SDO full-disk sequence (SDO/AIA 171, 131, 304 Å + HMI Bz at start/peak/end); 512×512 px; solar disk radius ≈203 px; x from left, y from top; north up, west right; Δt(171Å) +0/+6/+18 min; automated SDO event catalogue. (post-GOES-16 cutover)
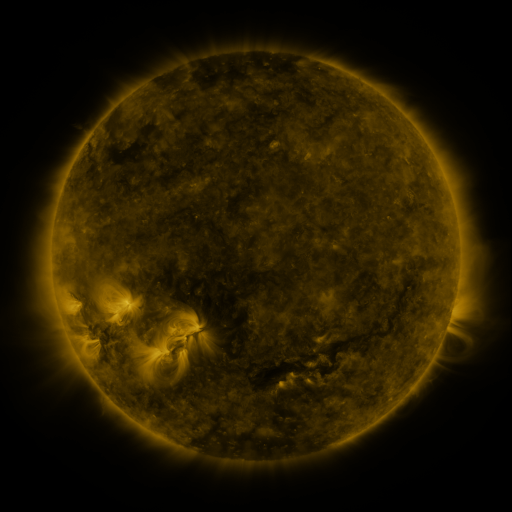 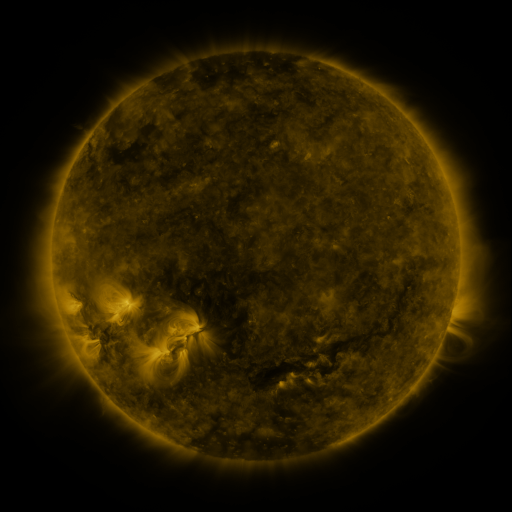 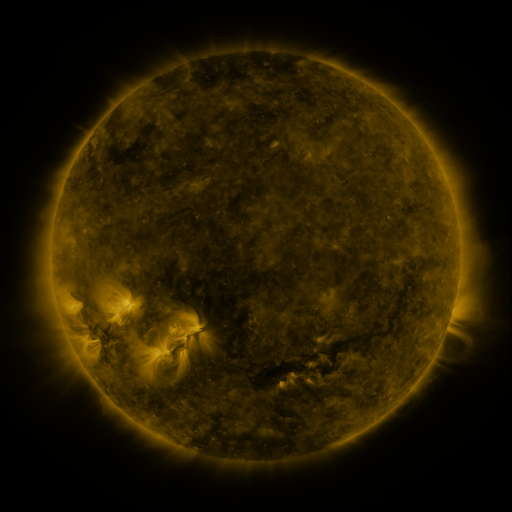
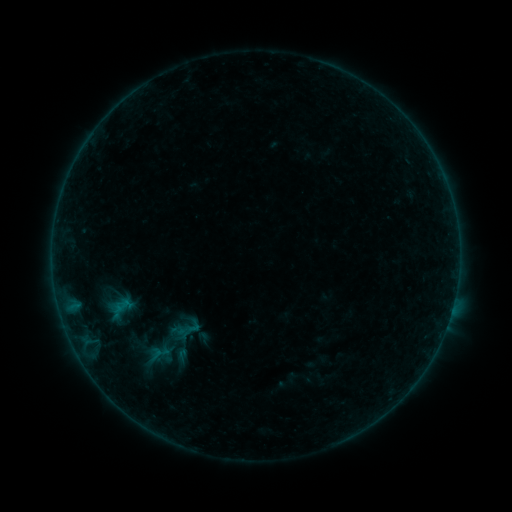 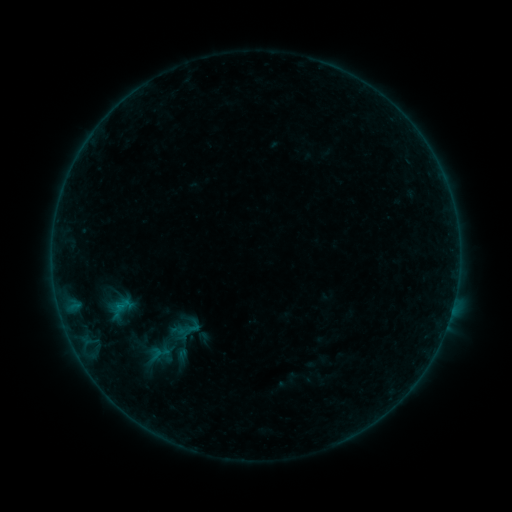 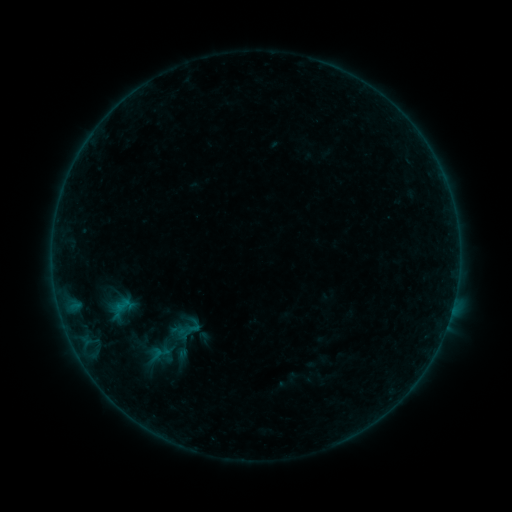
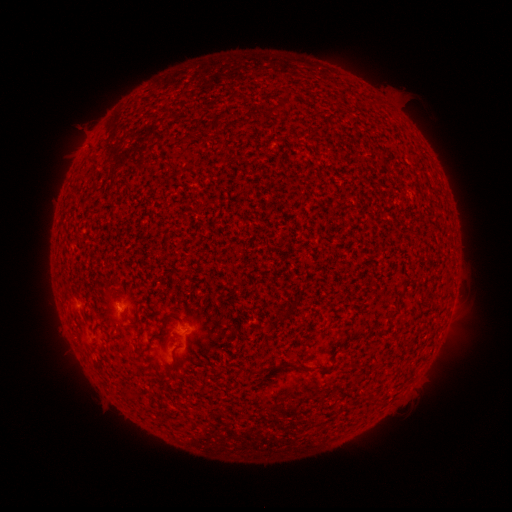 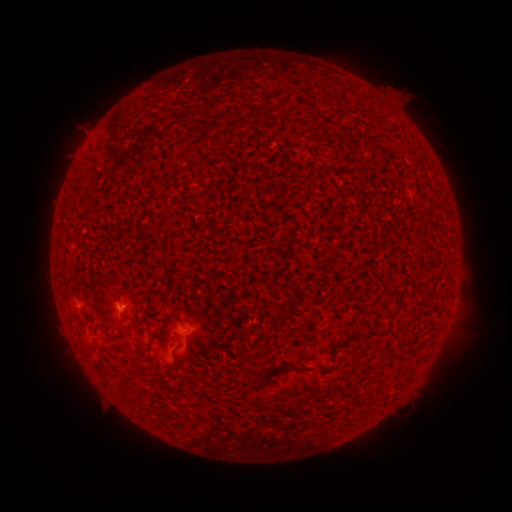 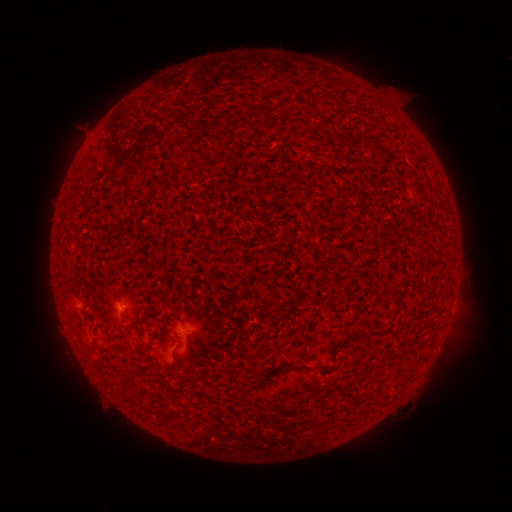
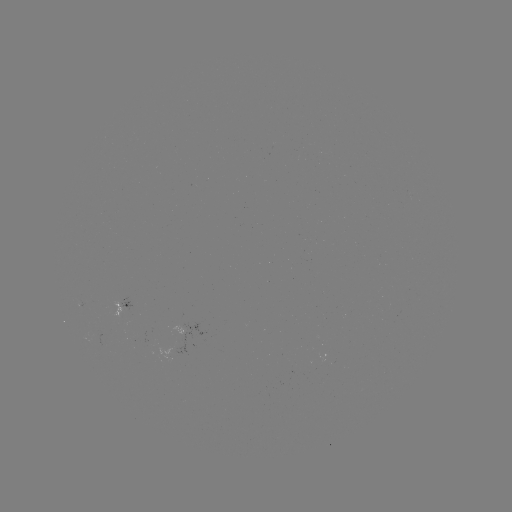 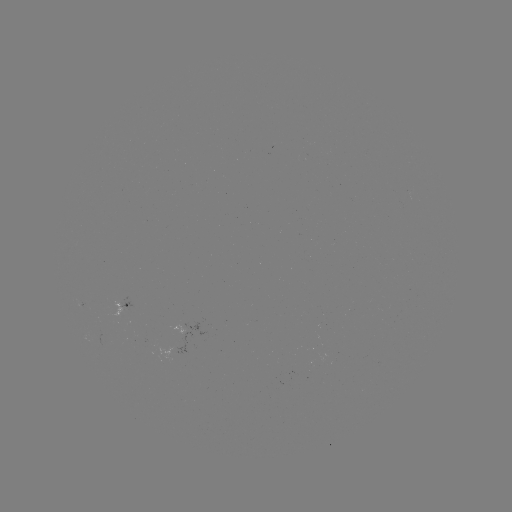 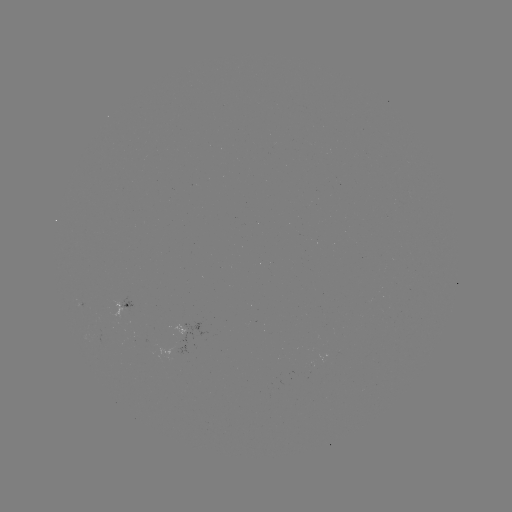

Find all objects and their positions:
B1.8 flare: (121, 305)
